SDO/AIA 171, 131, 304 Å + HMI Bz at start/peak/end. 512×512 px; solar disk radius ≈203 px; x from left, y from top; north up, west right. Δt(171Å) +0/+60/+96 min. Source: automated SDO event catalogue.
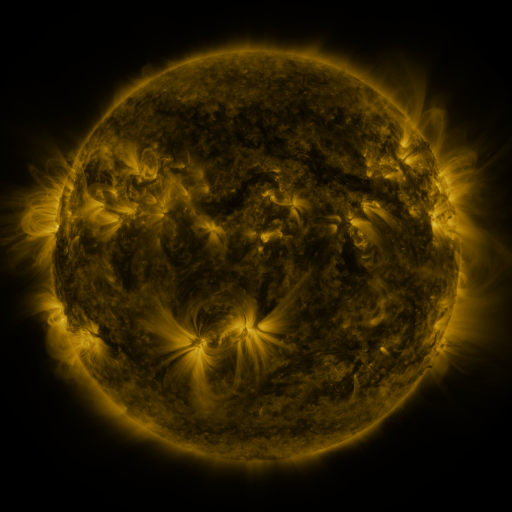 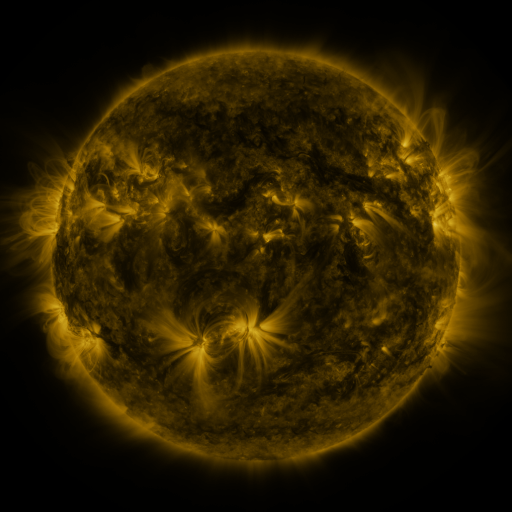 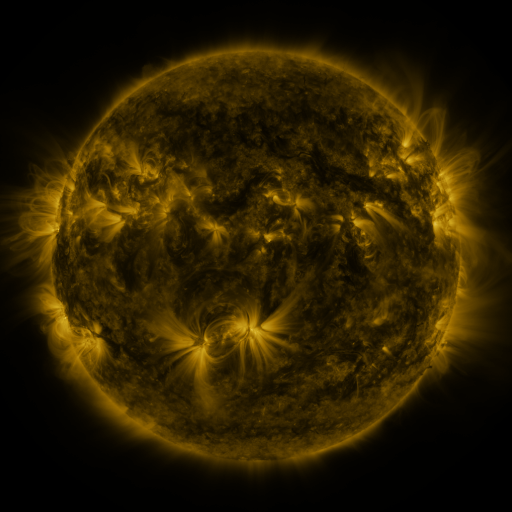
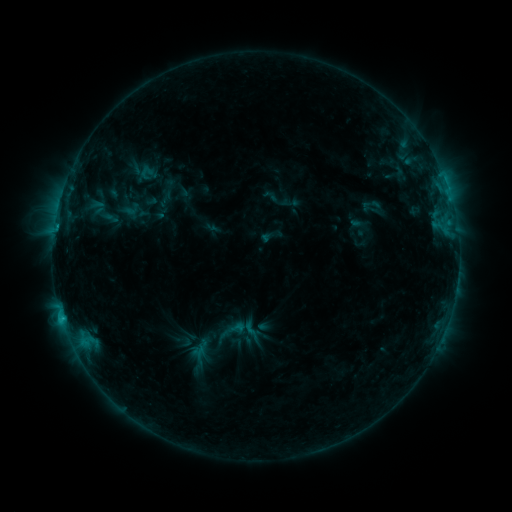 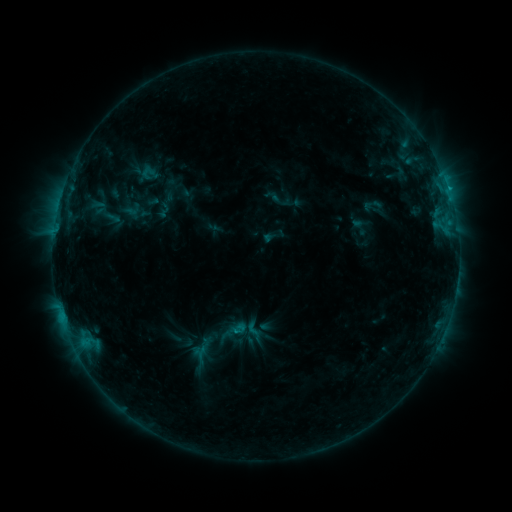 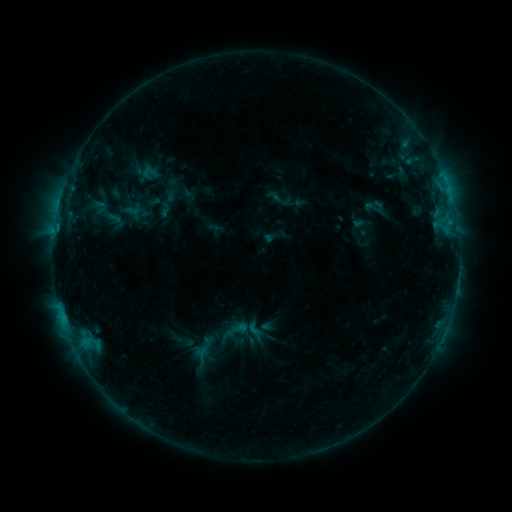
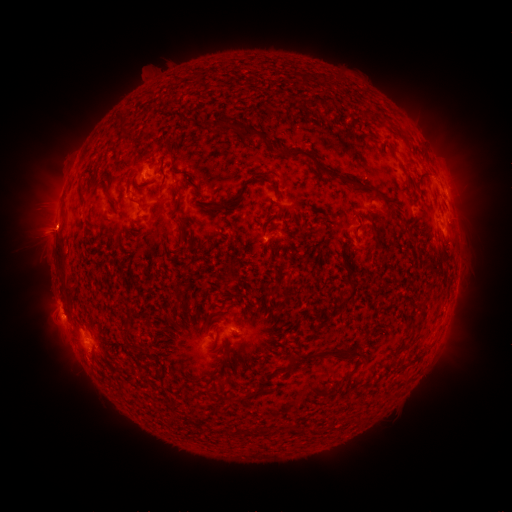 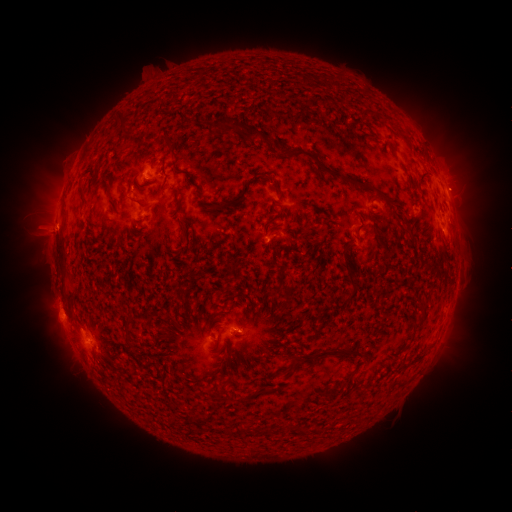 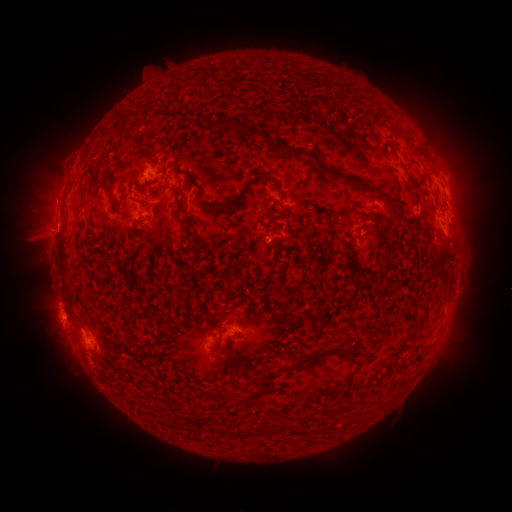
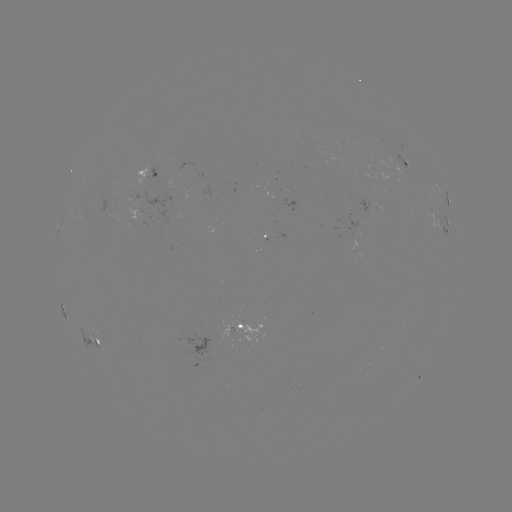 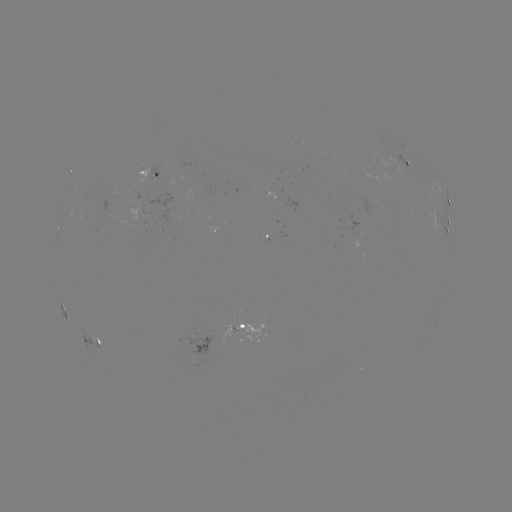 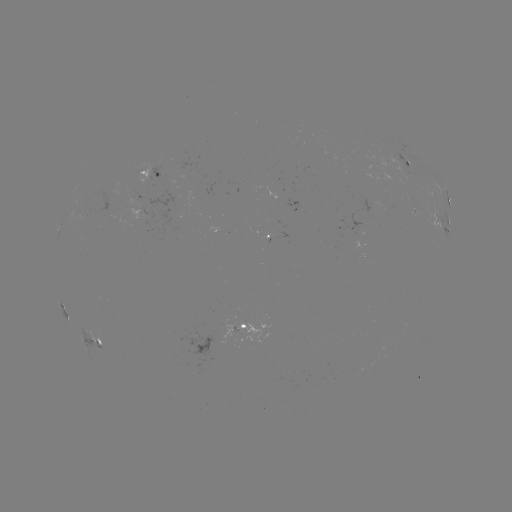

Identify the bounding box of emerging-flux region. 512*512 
[131, 189, 171, 228].